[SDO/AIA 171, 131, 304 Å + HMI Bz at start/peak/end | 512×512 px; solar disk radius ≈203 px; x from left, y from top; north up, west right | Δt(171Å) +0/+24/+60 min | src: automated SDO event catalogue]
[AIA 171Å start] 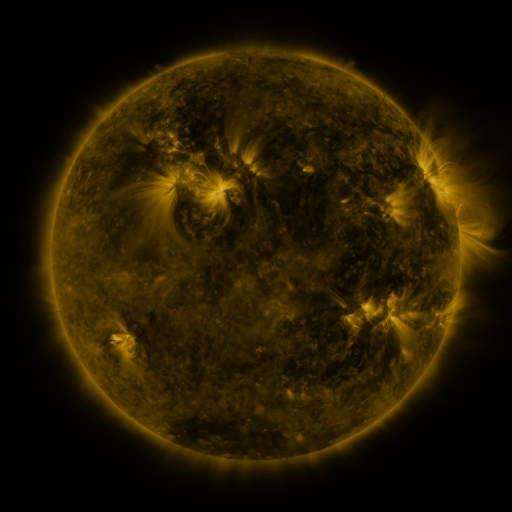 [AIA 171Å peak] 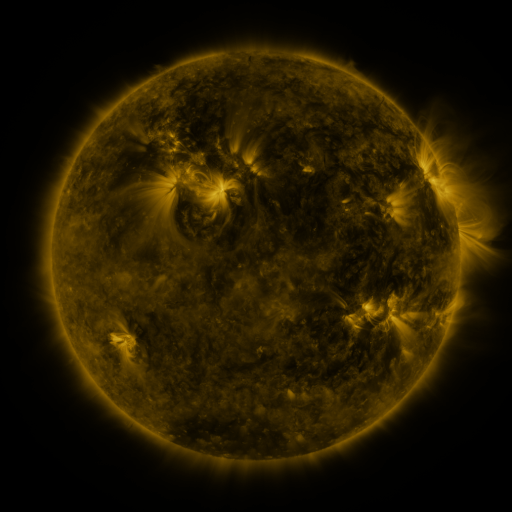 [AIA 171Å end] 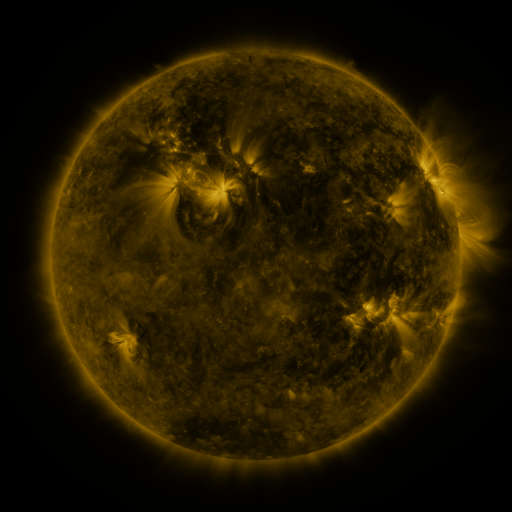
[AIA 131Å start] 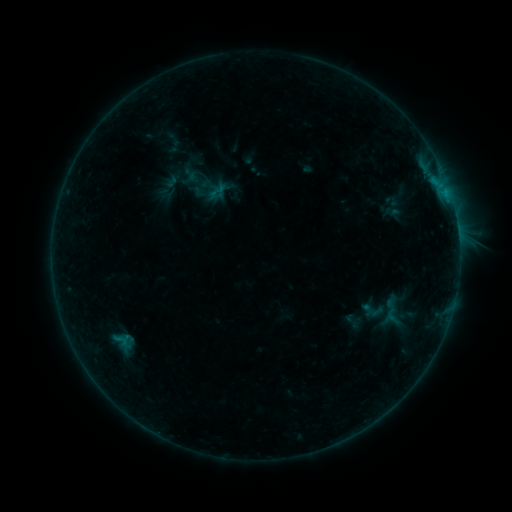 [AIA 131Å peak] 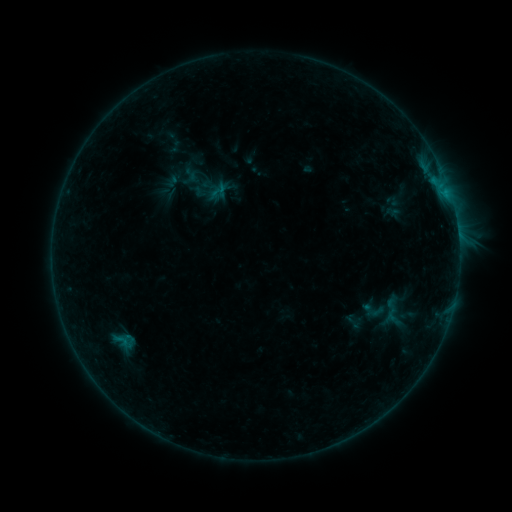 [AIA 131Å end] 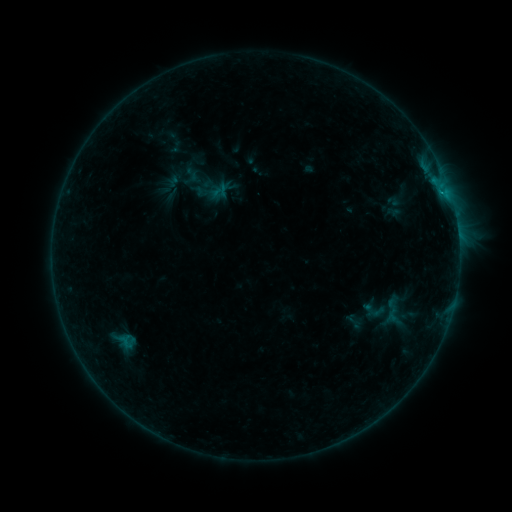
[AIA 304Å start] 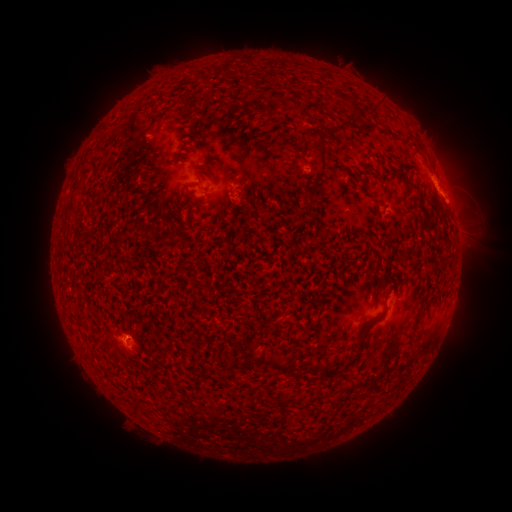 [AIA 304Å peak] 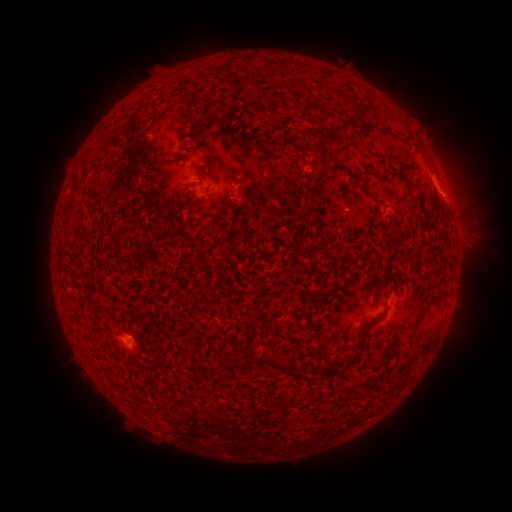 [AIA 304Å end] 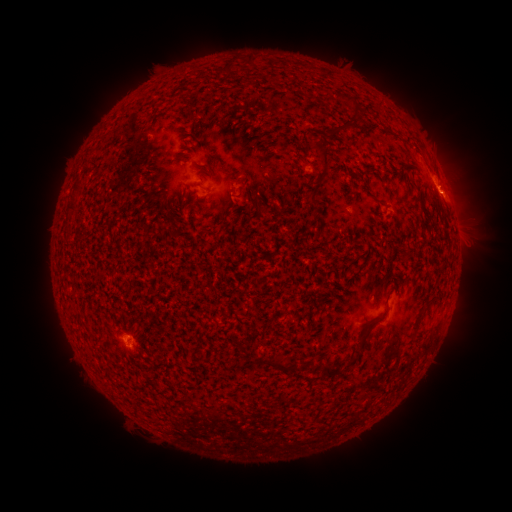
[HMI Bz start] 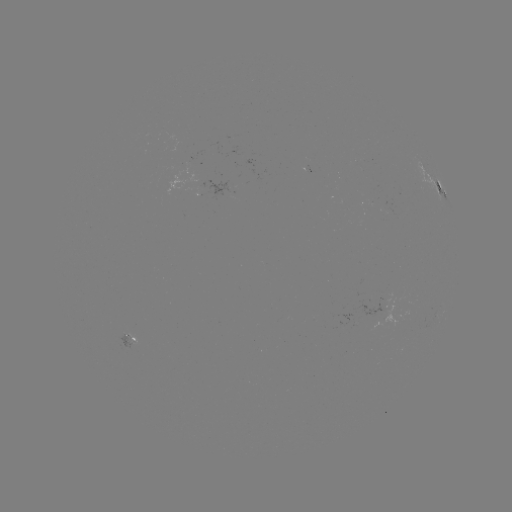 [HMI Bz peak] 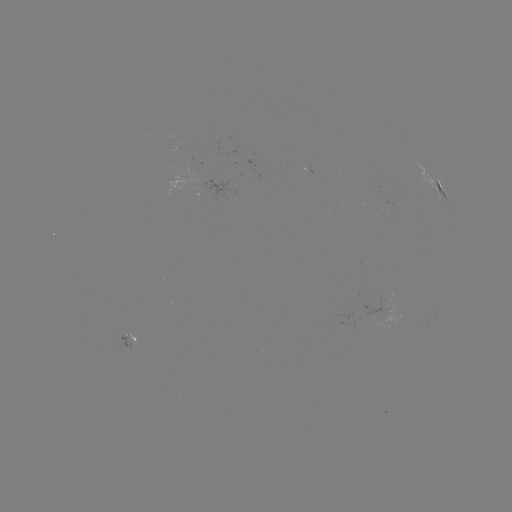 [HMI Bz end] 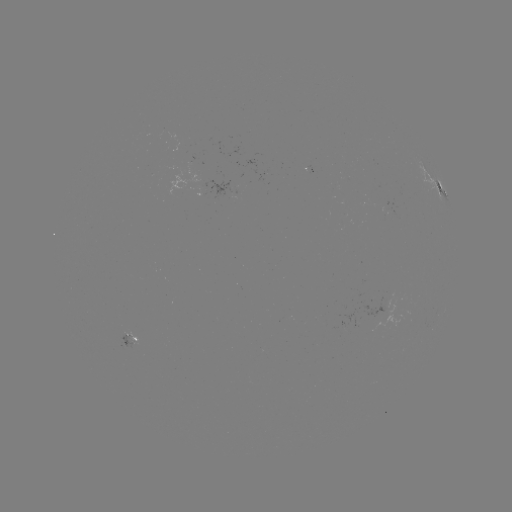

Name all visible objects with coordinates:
emerging-flux region: (131, 342)
